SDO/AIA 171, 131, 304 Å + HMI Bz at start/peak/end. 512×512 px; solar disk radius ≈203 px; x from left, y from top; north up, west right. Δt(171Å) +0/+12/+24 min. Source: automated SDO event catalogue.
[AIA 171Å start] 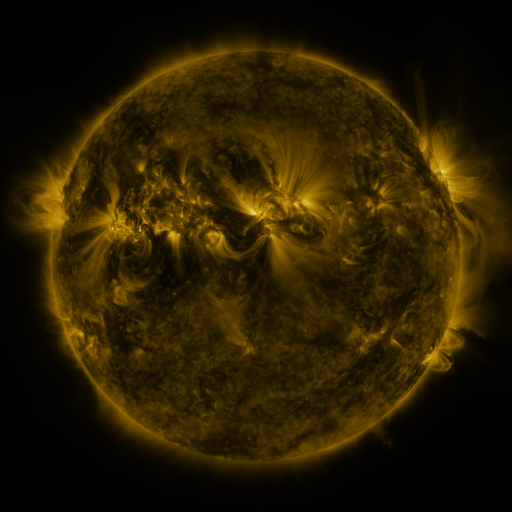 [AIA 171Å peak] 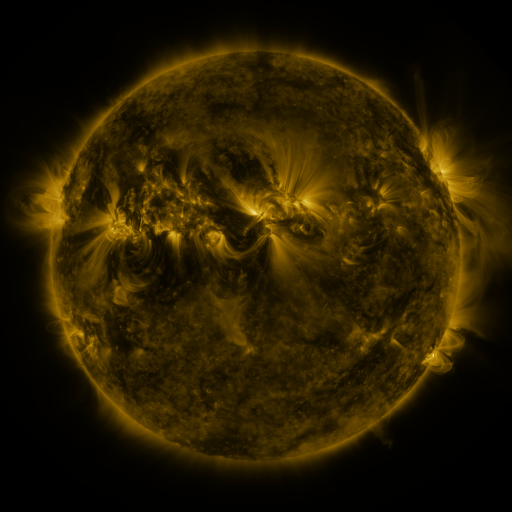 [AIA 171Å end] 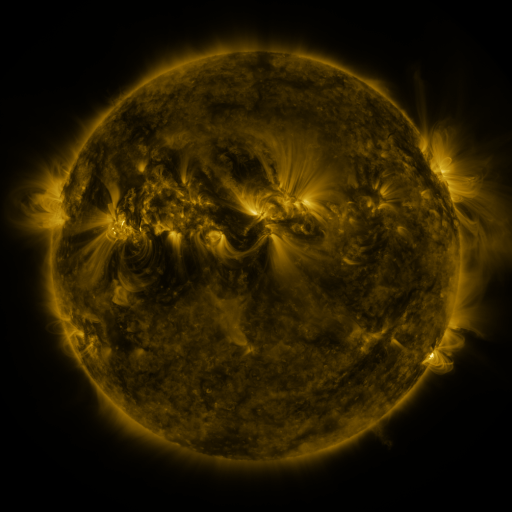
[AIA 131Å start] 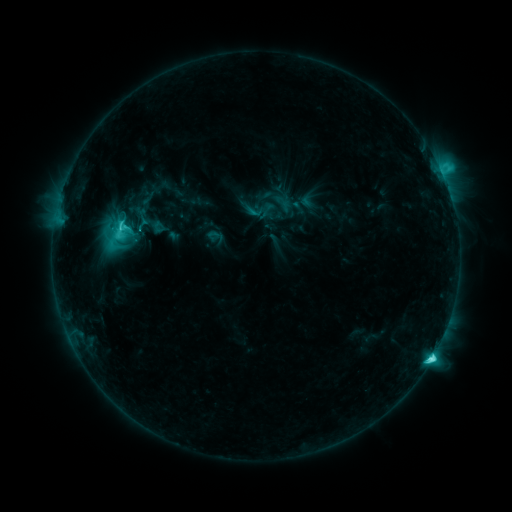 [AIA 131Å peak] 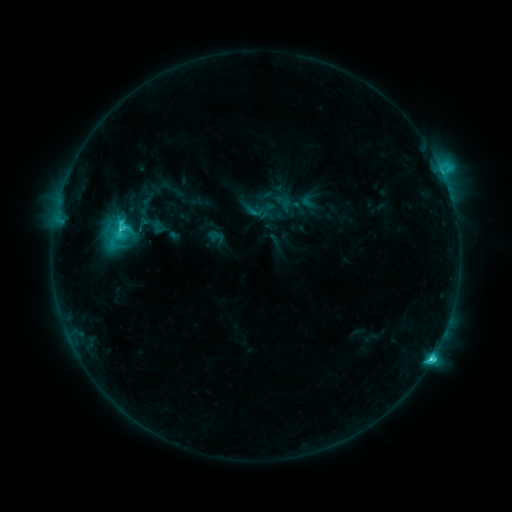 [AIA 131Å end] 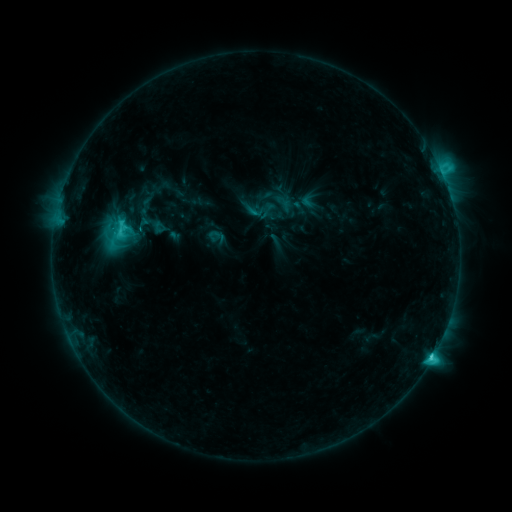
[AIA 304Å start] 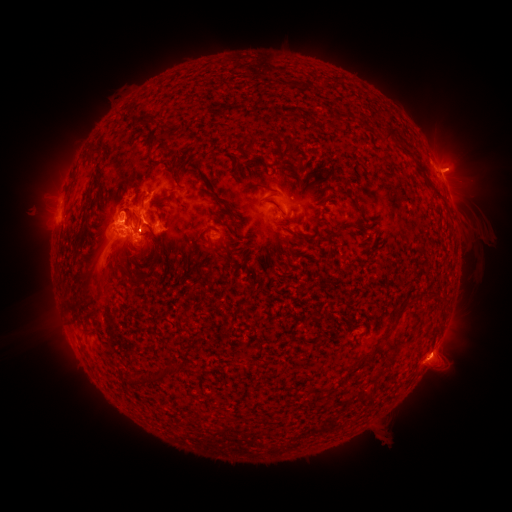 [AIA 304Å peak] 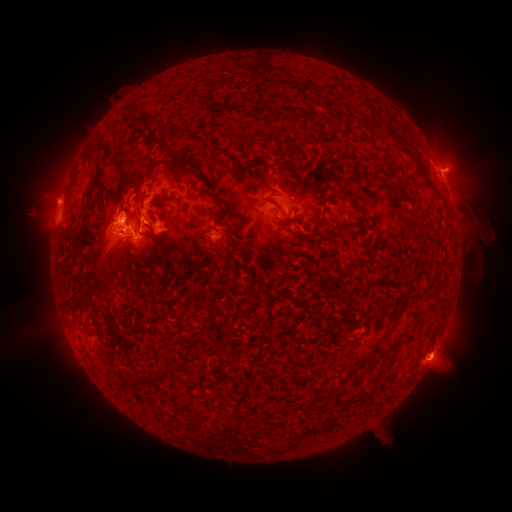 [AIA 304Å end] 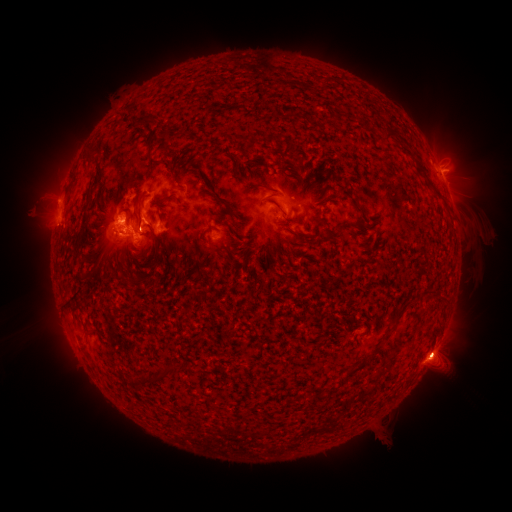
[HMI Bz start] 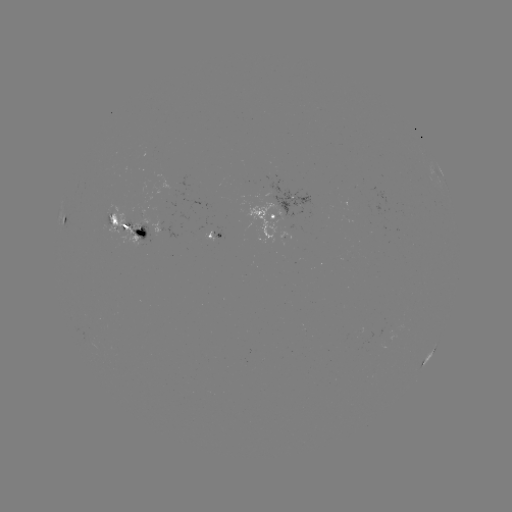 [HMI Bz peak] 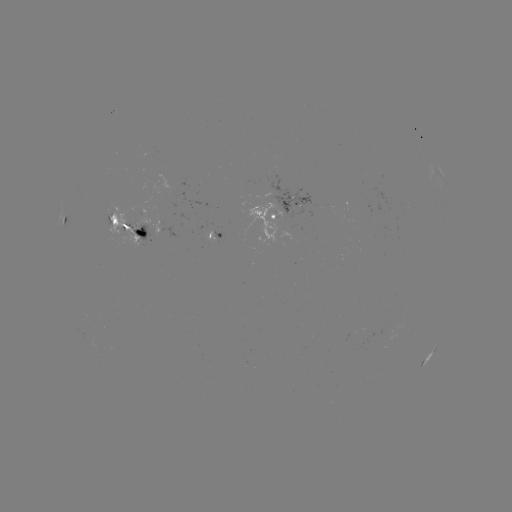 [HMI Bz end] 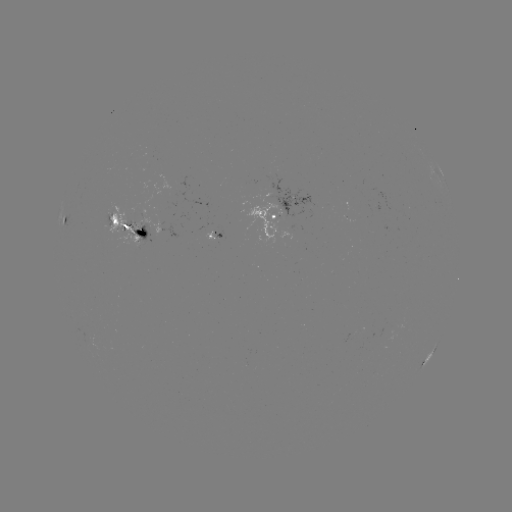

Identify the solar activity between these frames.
eruption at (457, 164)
